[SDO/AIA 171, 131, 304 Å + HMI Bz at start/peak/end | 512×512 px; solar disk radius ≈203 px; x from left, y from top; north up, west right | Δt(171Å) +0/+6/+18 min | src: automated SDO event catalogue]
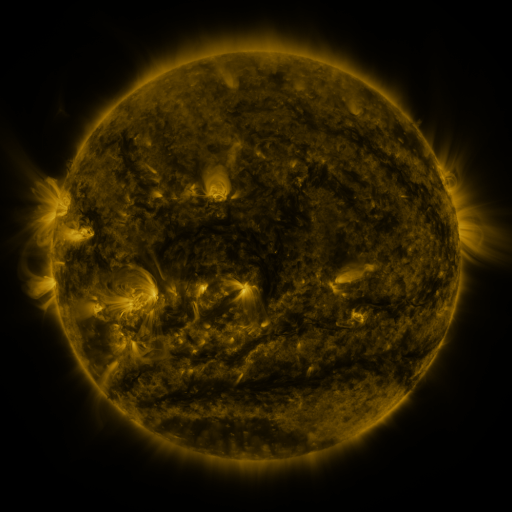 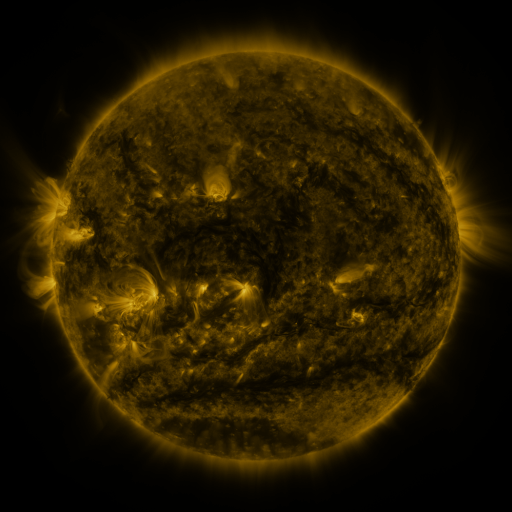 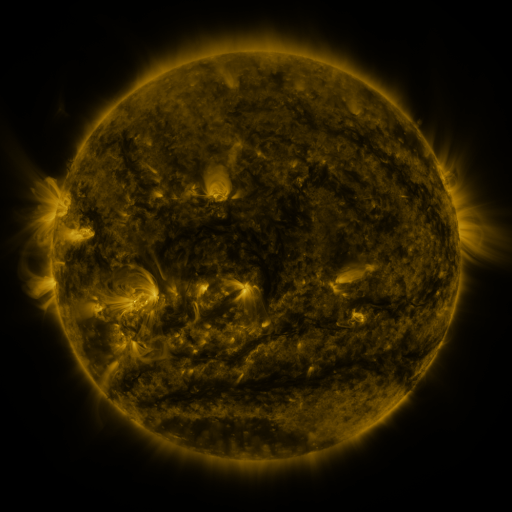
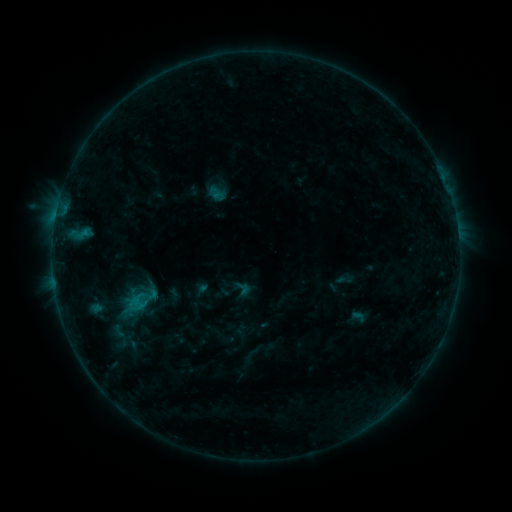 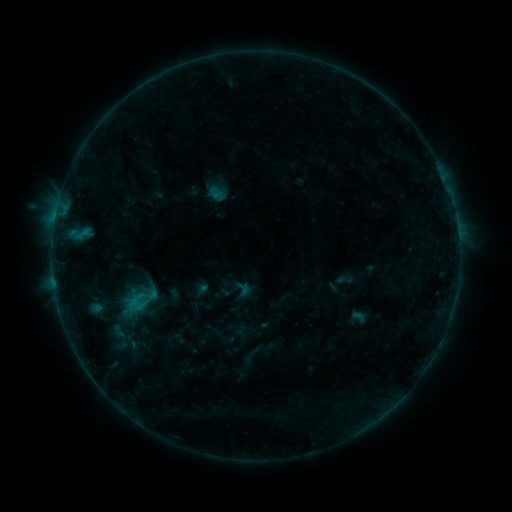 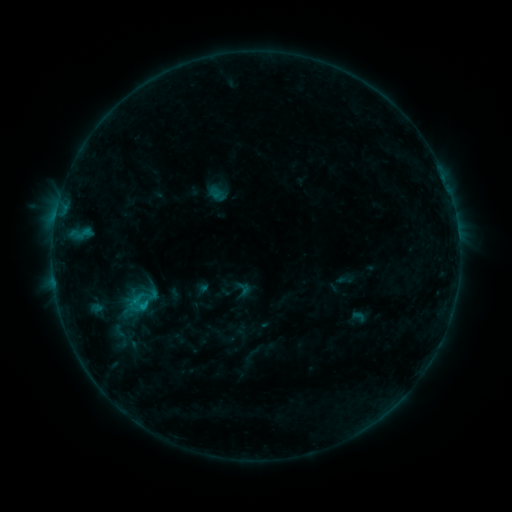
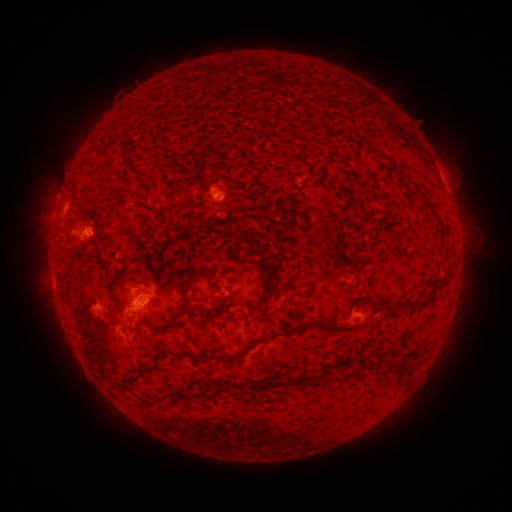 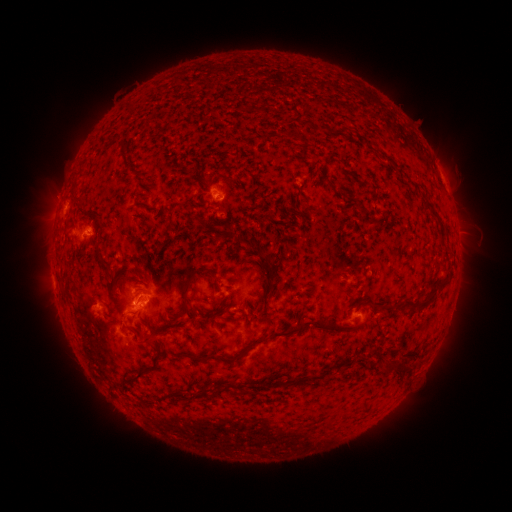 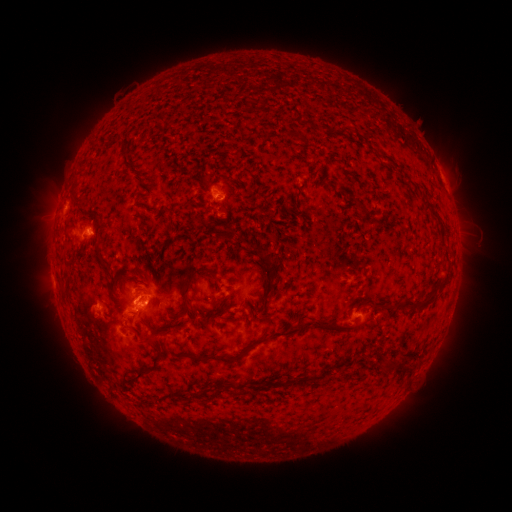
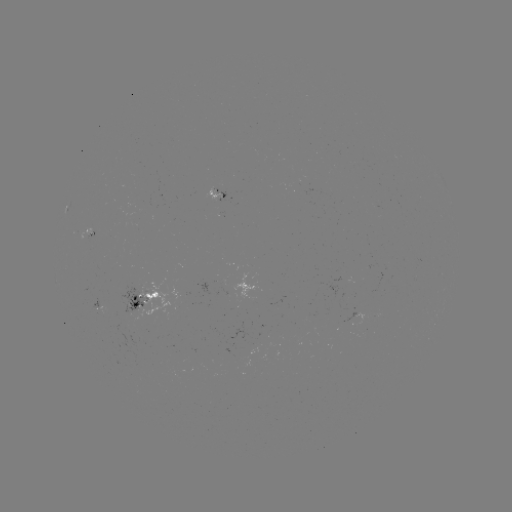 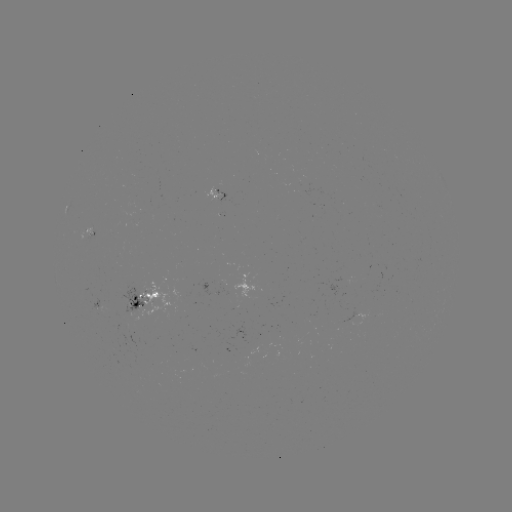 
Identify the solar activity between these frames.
C1.5 flare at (138, 301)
